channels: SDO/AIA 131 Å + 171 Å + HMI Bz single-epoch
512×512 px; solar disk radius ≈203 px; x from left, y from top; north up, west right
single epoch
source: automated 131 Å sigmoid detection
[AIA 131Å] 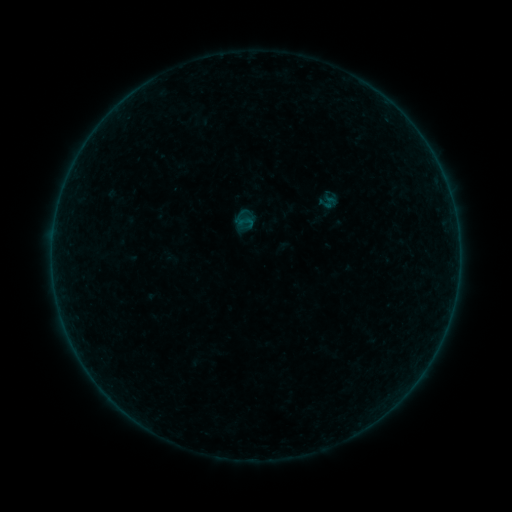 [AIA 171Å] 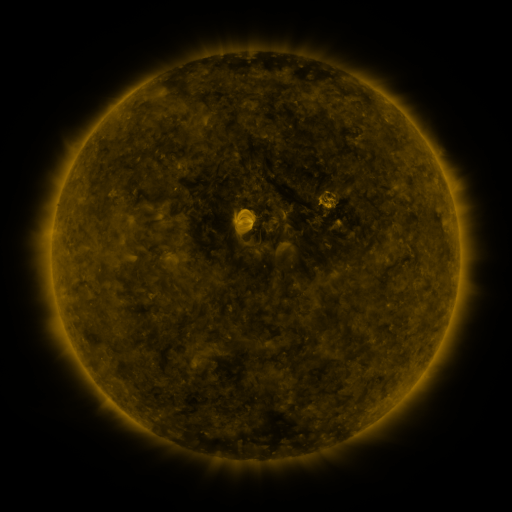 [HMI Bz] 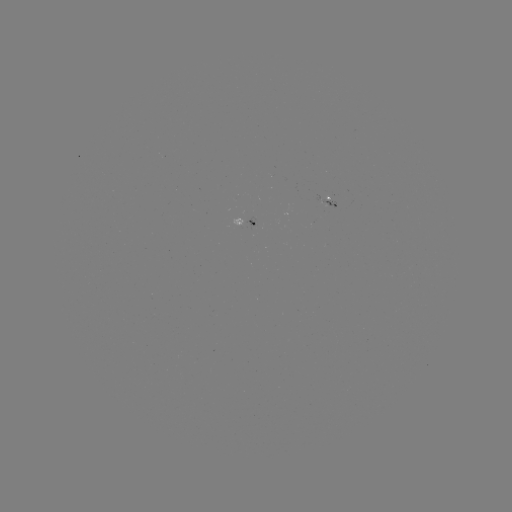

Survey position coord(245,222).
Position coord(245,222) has sigmoid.